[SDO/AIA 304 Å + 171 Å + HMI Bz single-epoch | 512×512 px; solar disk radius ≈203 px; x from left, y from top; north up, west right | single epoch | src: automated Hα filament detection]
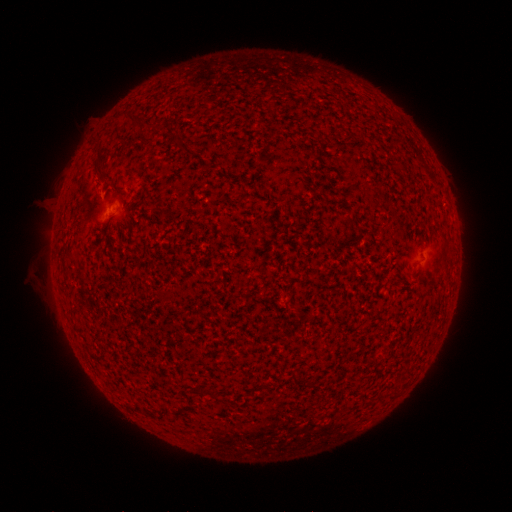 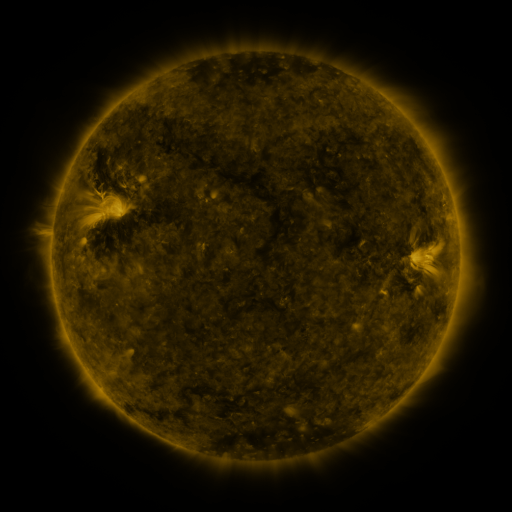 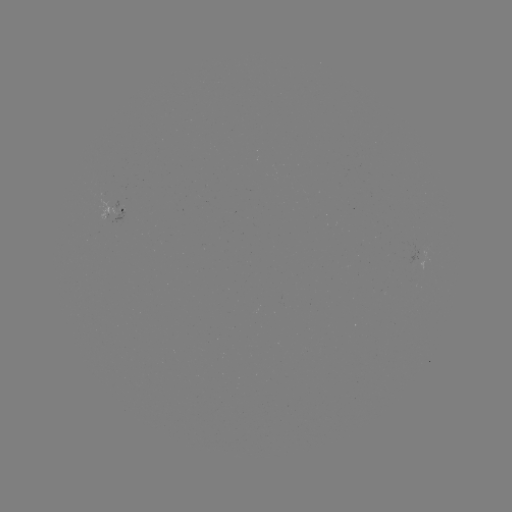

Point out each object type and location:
filament: (122, 112, 139, 129)
filament: (206, 388, 221, 403)
